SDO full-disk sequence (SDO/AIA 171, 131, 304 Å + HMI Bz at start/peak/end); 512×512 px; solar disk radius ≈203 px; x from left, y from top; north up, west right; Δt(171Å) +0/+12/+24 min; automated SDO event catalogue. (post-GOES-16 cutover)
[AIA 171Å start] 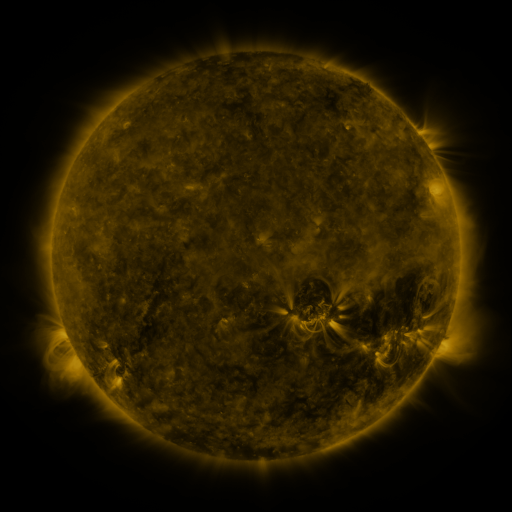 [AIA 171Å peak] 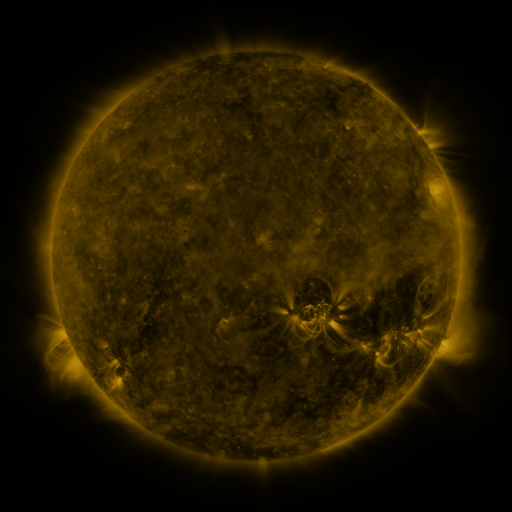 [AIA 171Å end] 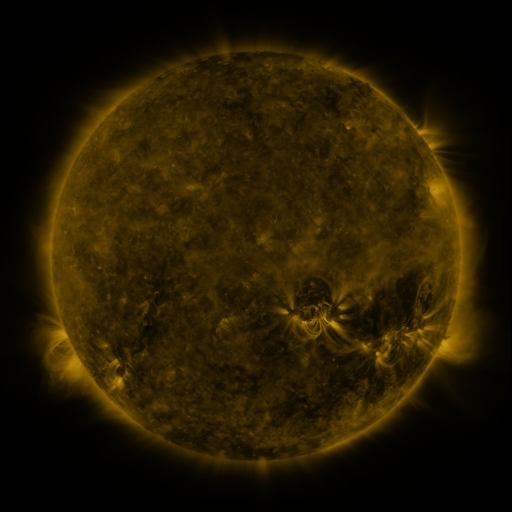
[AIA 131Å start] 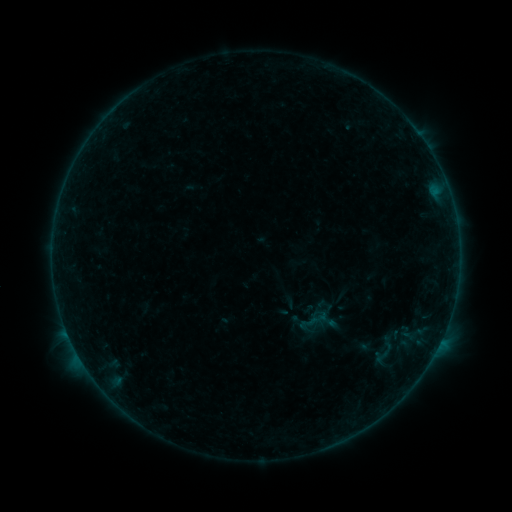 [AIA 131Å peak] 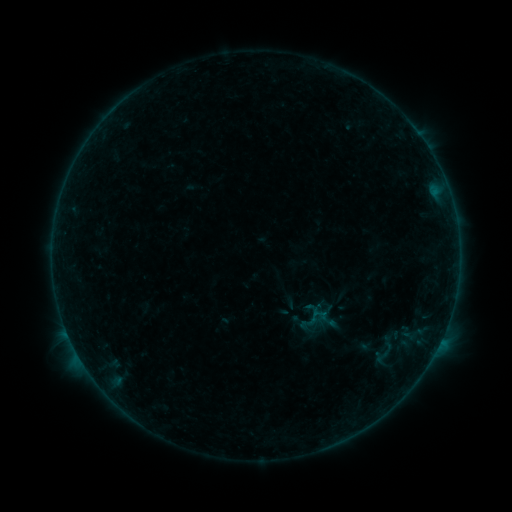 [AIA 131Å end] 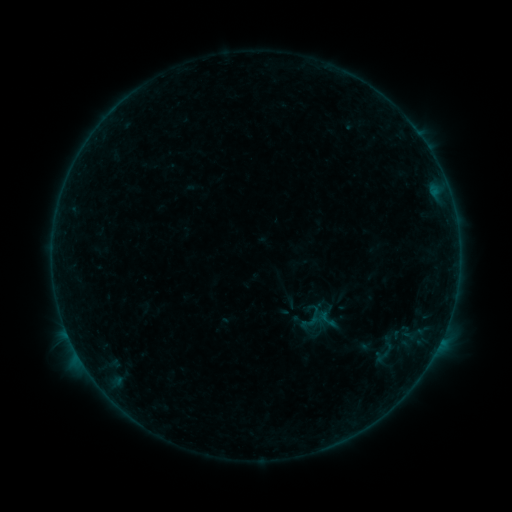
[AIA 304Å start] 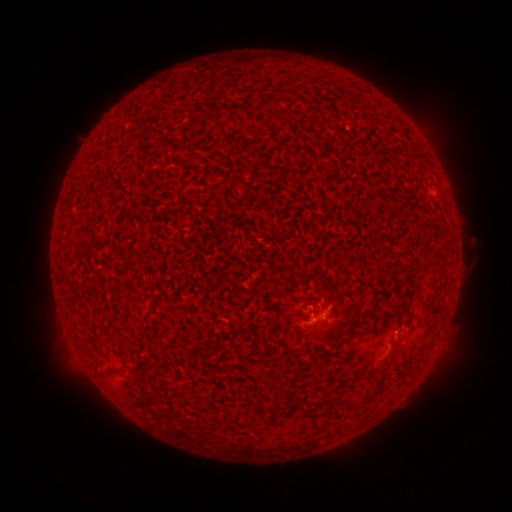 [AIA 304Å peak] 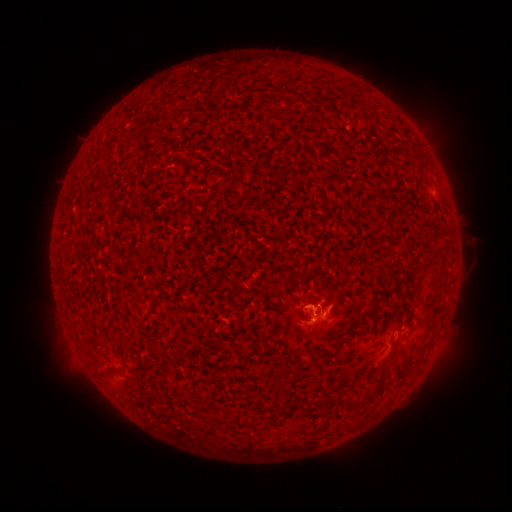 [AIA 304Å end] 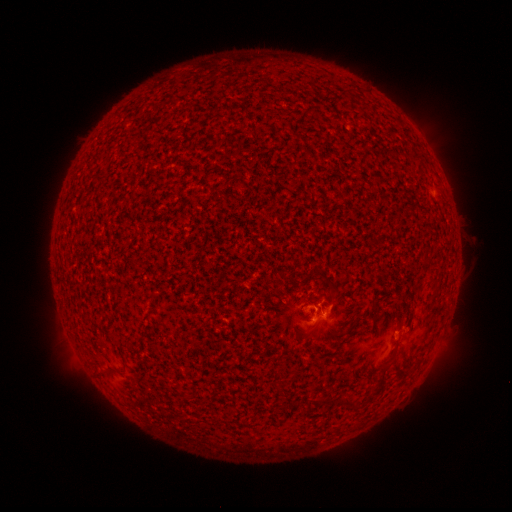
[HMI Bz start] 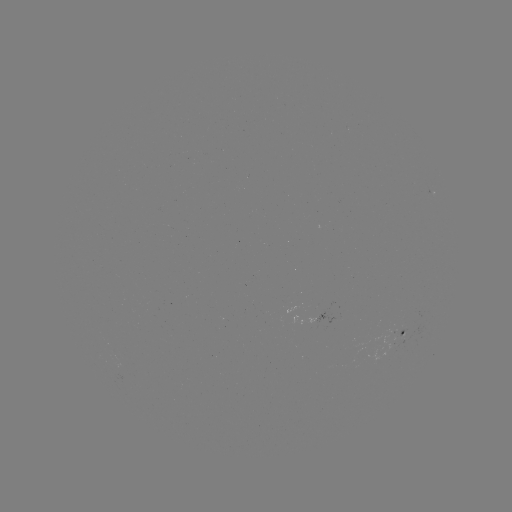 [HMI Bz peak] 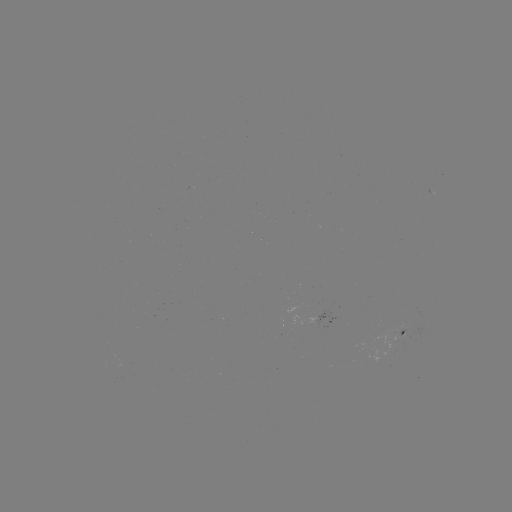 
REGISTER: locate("B2.4 flare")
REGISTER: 313,310